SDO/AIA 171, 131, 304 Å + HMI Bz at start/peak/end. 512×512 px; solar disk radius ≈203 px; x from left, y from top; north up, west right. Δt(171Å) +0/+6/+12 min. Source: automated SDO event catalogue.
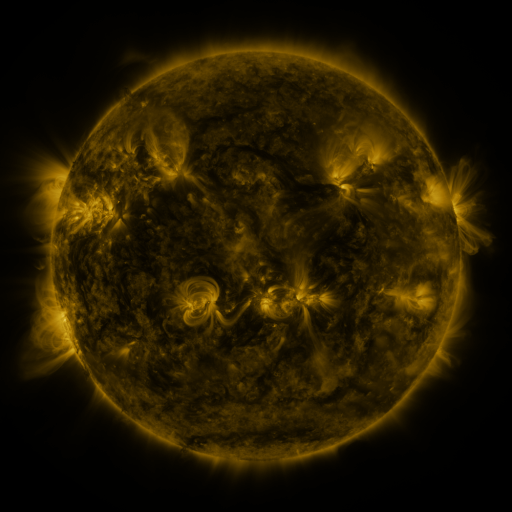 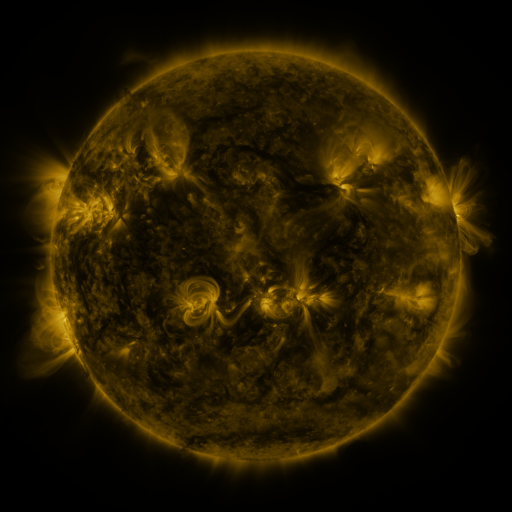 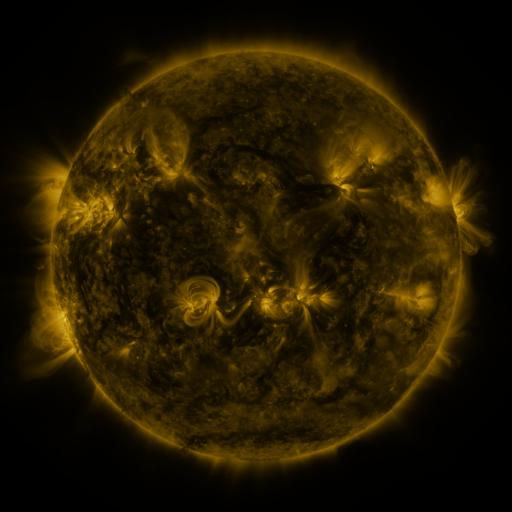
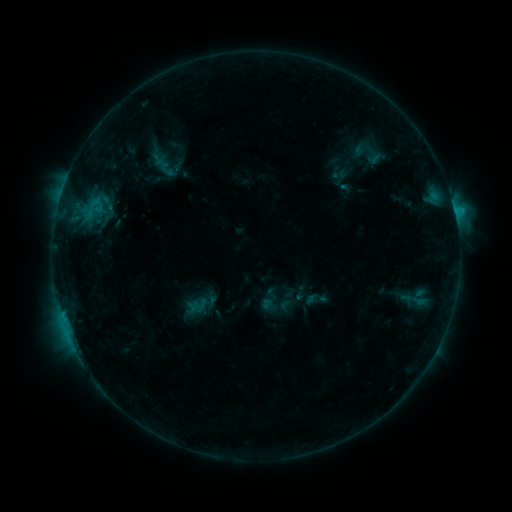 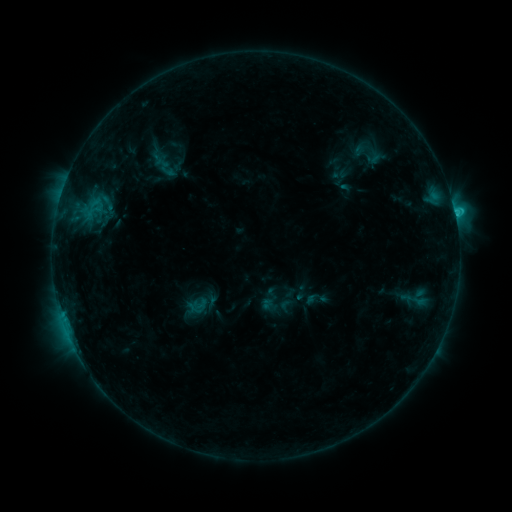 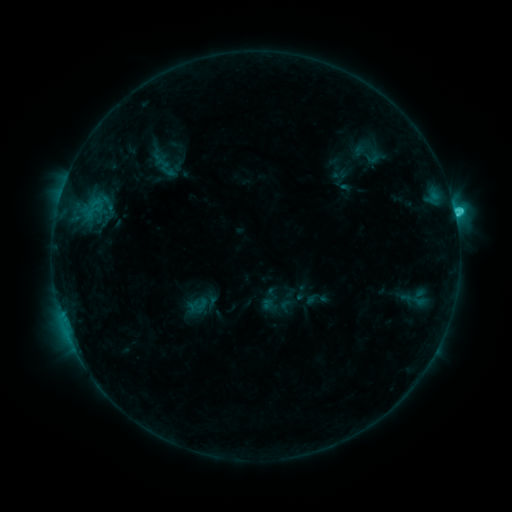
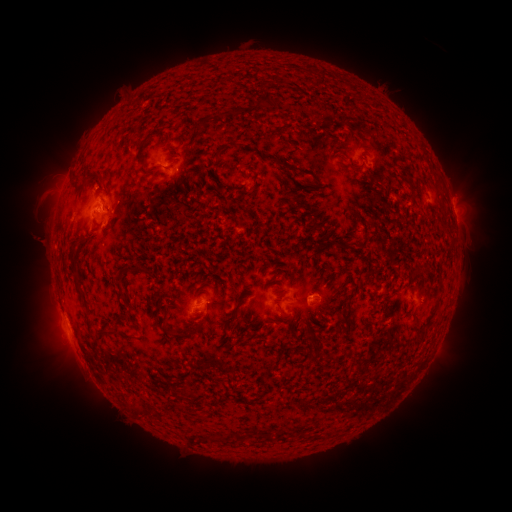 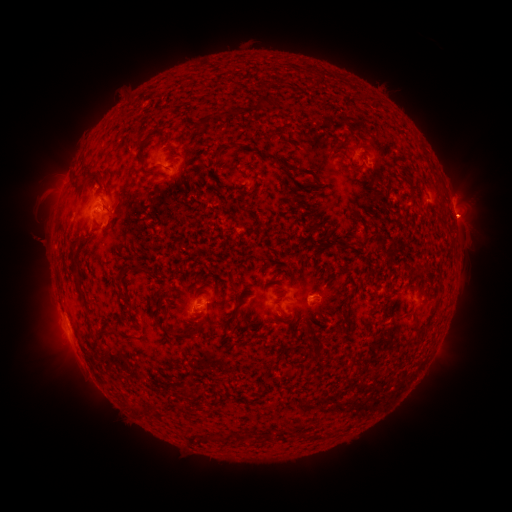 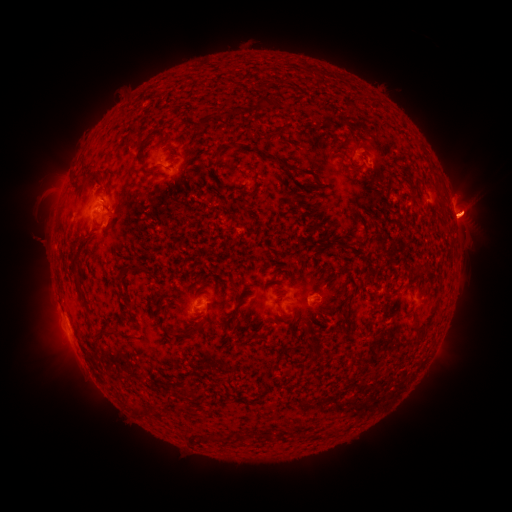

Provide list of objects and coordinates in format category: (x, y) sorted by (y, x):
eruption: (468, 213)
